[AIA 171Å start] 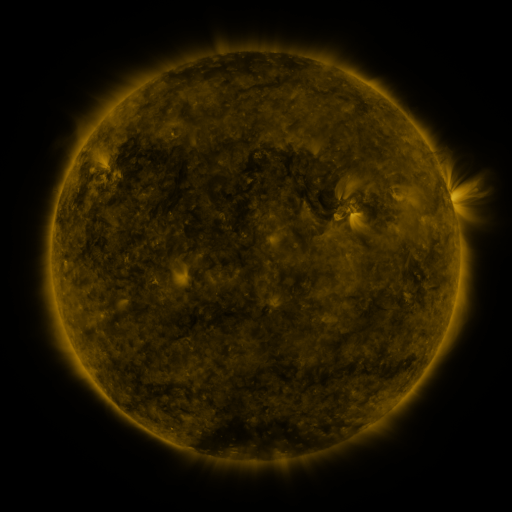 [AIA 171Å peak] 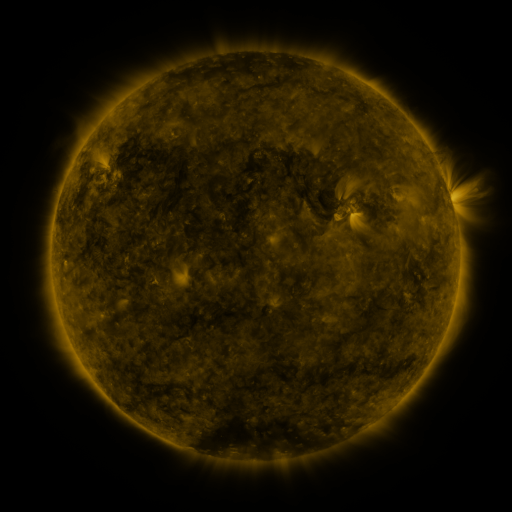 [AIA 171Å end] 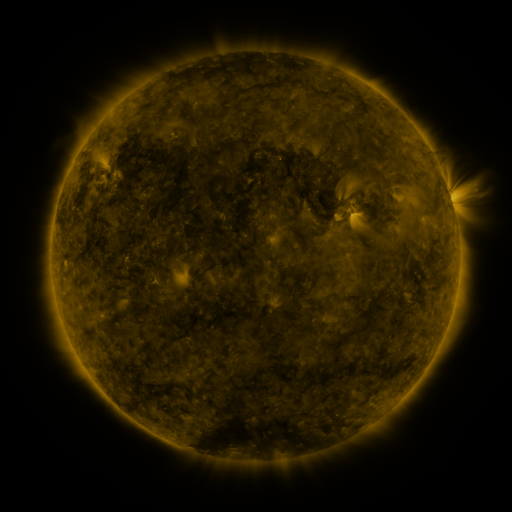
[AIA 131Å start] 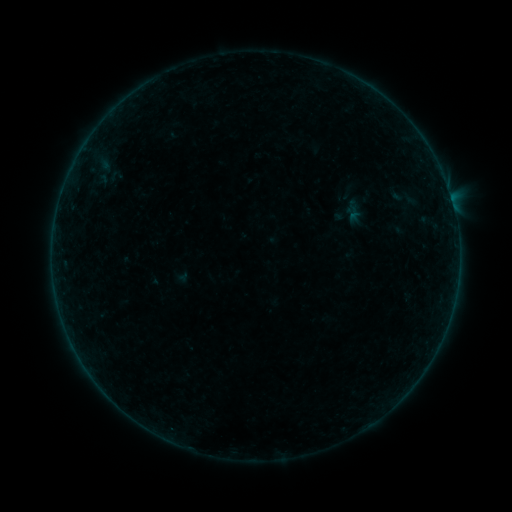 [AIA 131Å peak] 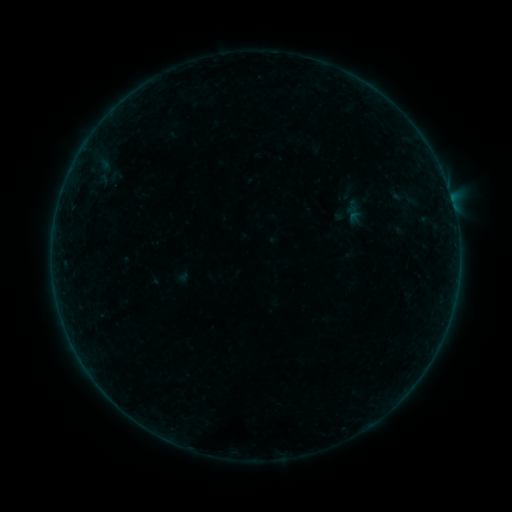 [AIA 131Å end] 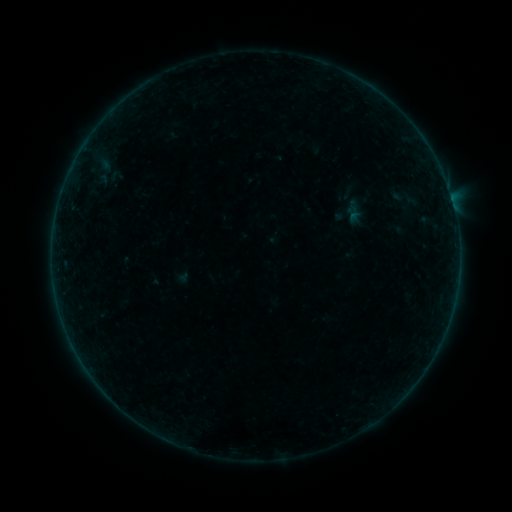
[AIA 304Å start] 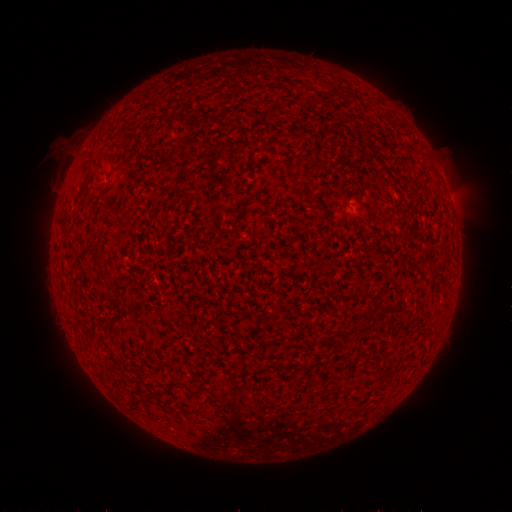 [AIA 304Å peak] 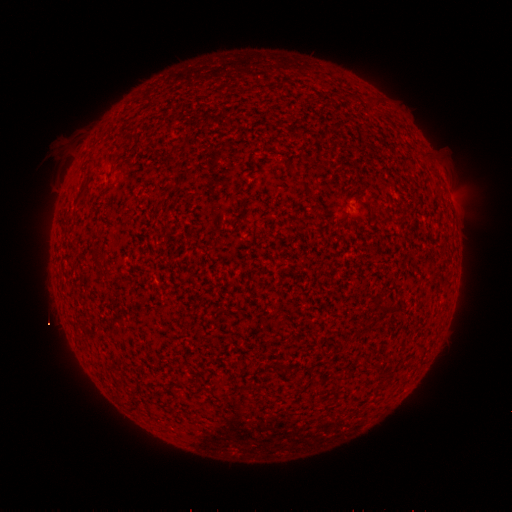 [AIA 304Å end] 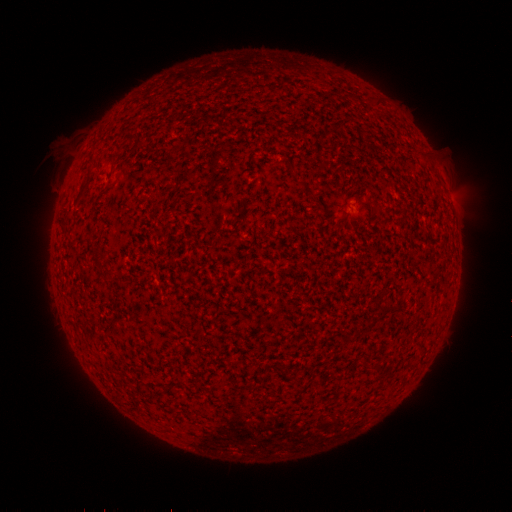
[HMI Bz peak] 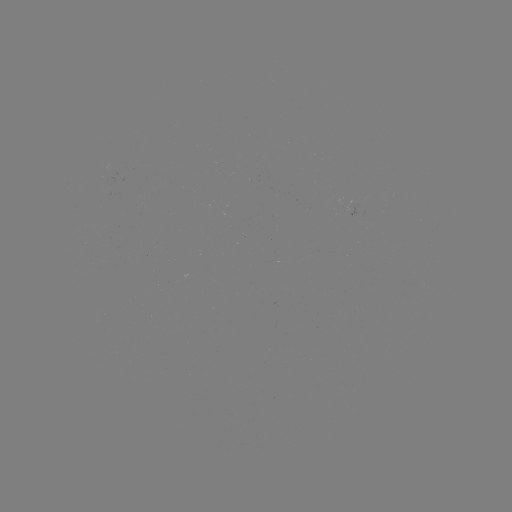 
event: flare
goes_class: B2.2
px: (348, 222)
